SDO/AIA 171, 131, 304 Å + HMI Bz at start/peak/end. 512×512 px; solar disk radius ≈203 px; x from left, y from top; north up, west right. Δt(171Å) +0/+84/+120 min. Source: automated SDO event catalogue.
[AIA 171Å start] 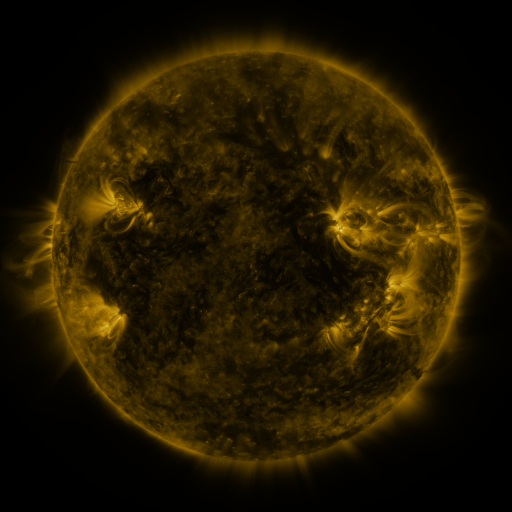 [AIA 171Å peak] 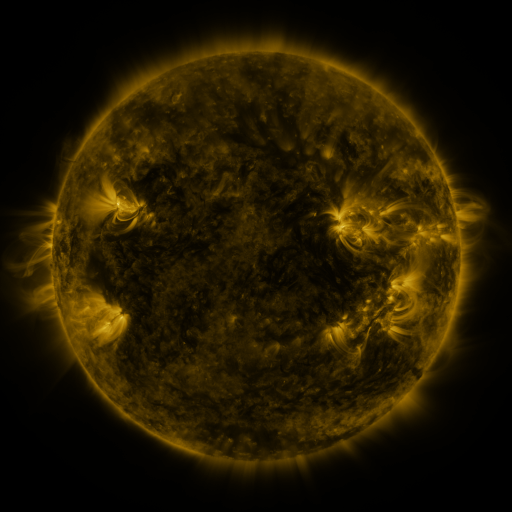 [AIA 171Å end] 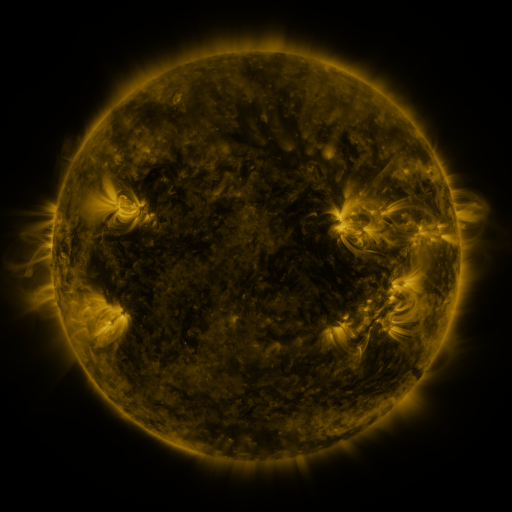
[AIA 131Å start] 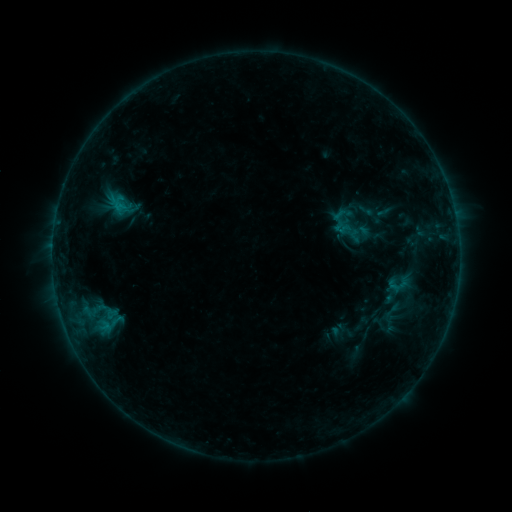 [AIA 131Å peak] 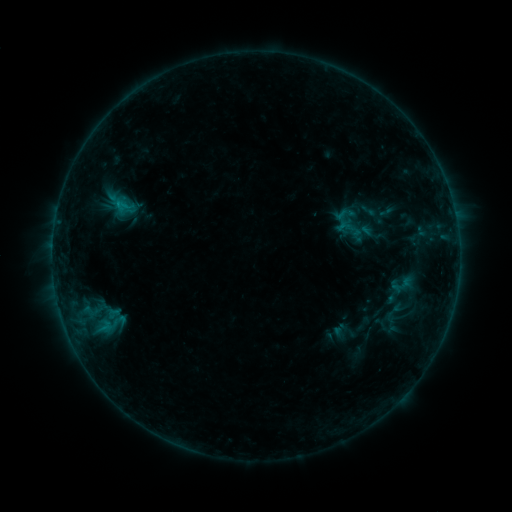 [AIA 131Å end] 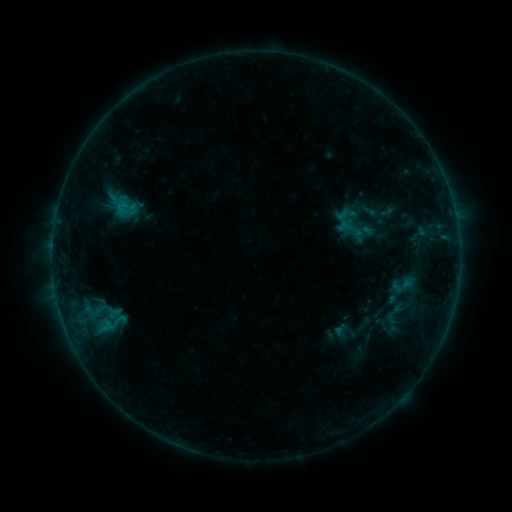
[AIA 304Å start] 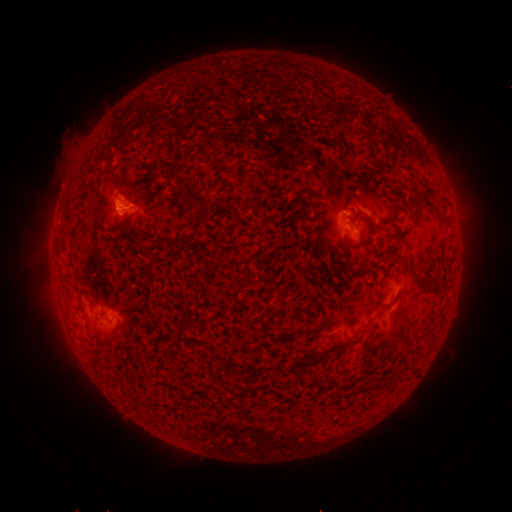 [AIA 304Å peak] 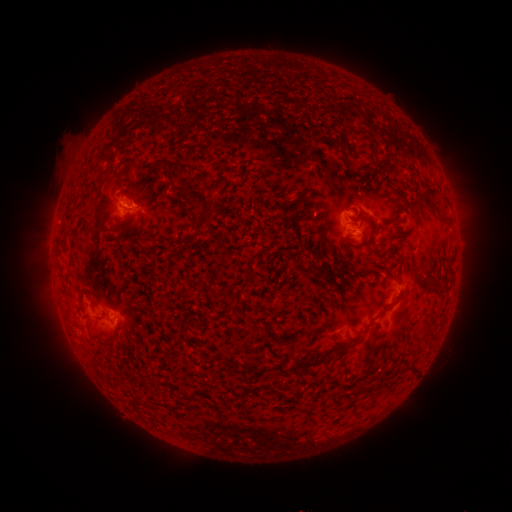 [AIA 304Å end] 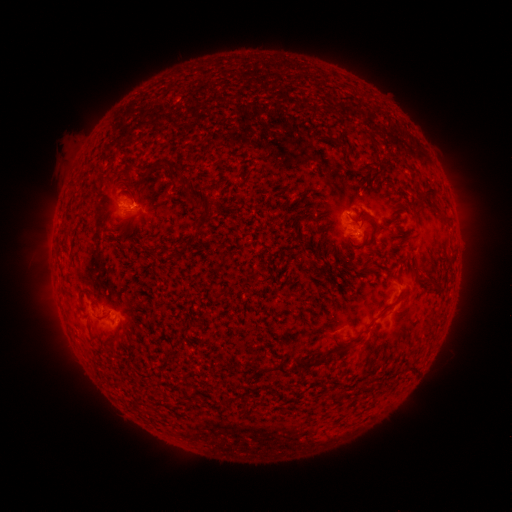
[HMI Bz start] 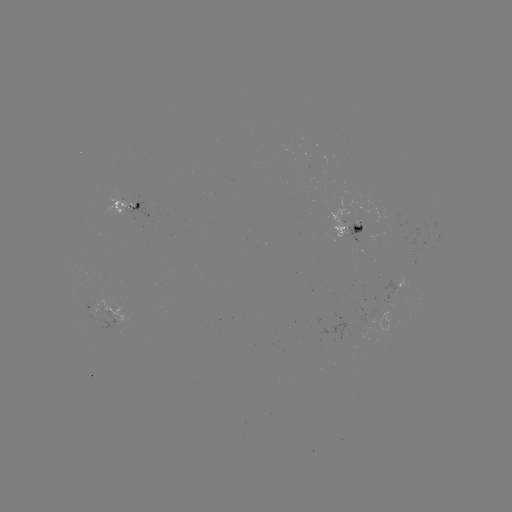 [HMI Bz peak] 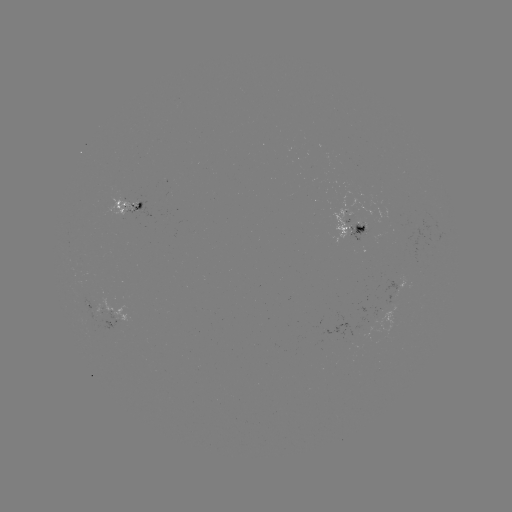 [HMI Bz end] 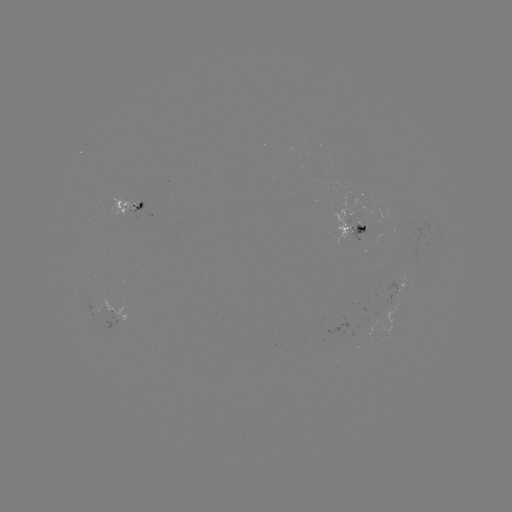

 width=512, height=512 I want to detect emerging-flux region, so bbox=[106, 199, 136, 216].